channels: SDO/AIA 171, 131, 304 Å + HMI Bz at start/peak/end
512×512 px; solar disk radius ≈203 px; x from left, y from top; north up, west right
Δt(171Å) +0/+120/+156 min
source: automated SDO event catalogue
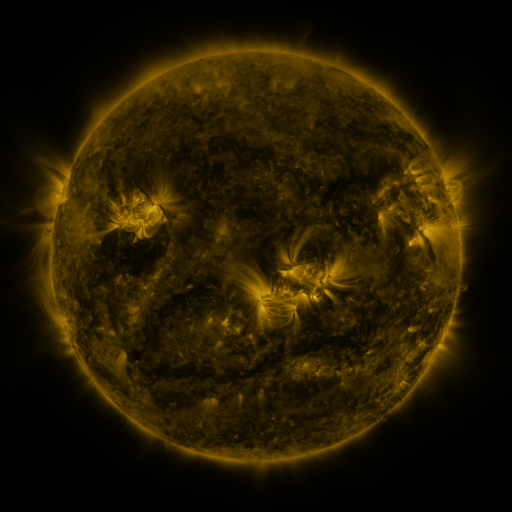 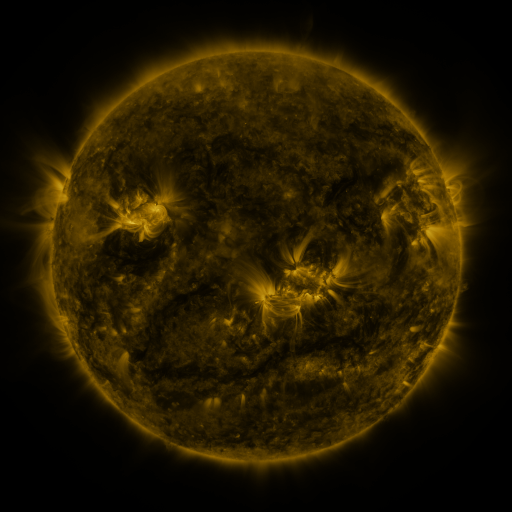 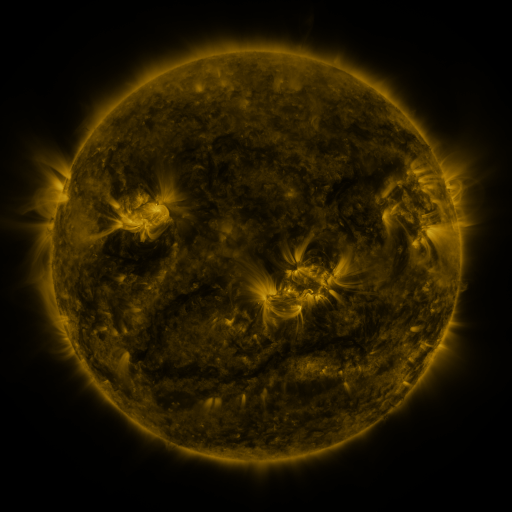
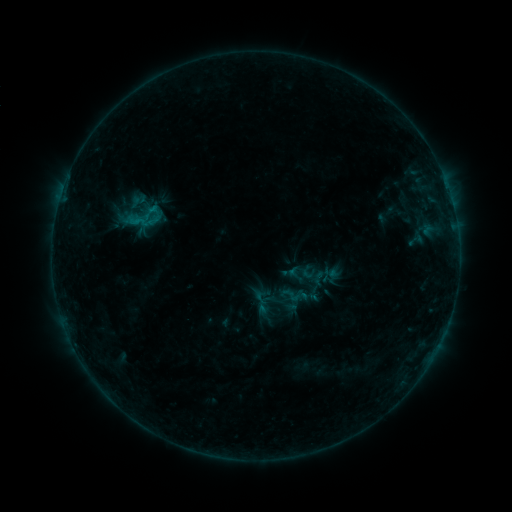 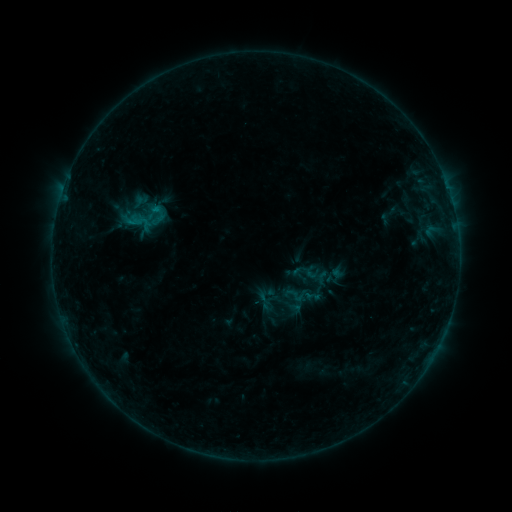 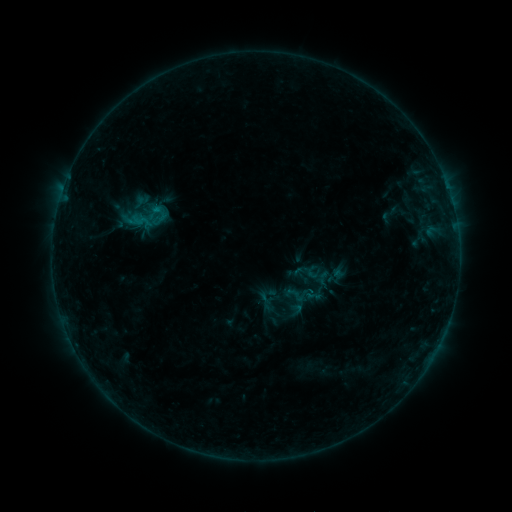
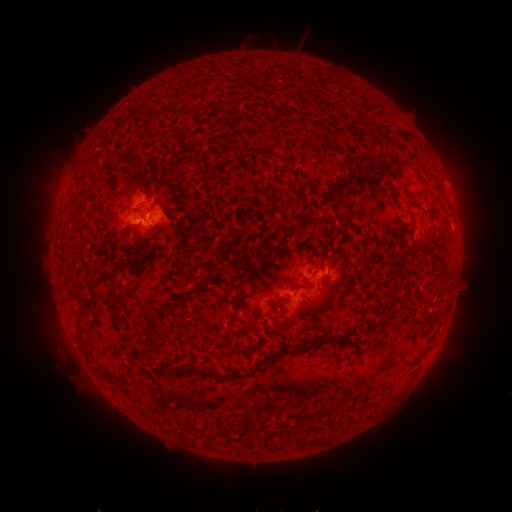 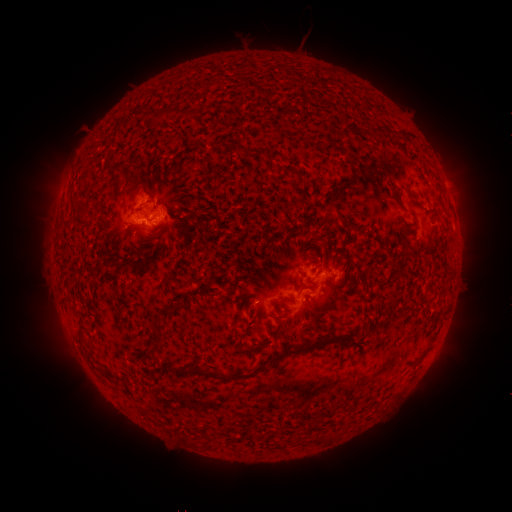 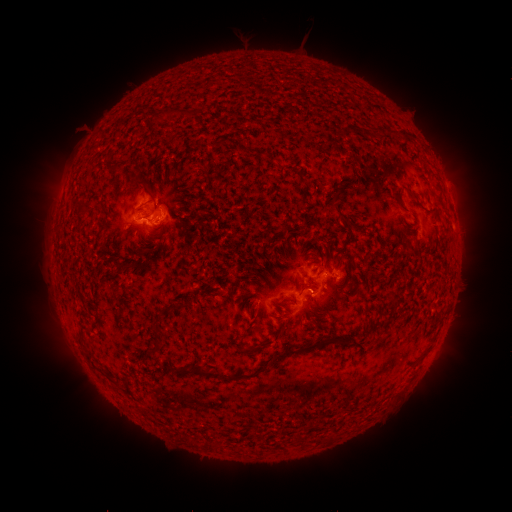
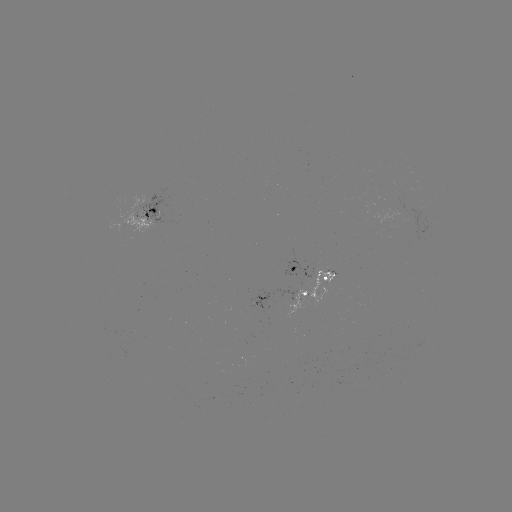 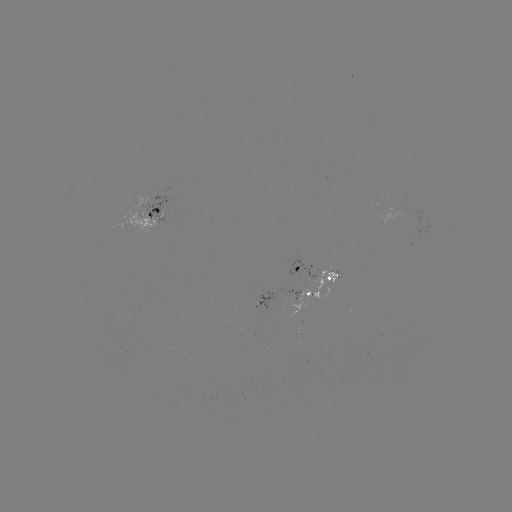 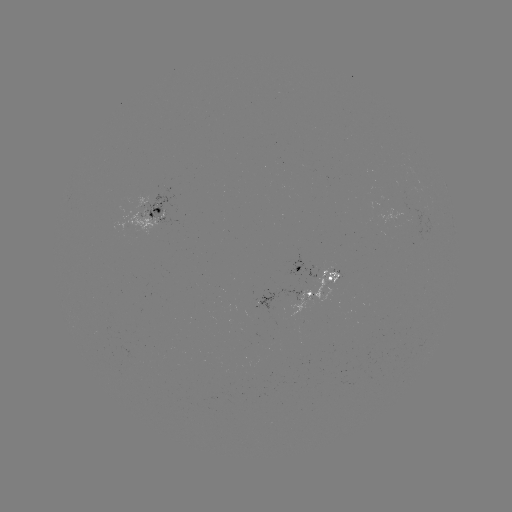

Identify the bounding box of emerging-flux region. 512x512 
[310, 268, 338, 303].